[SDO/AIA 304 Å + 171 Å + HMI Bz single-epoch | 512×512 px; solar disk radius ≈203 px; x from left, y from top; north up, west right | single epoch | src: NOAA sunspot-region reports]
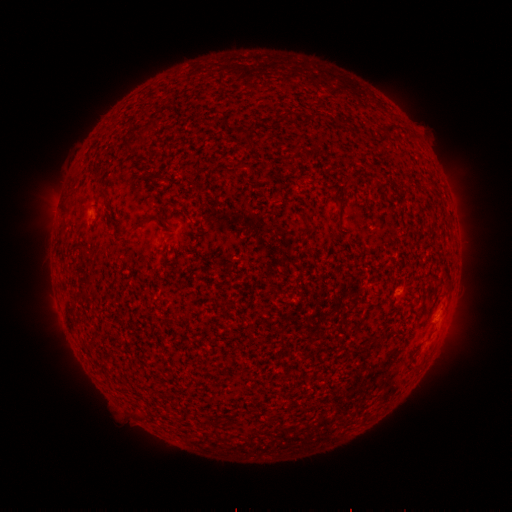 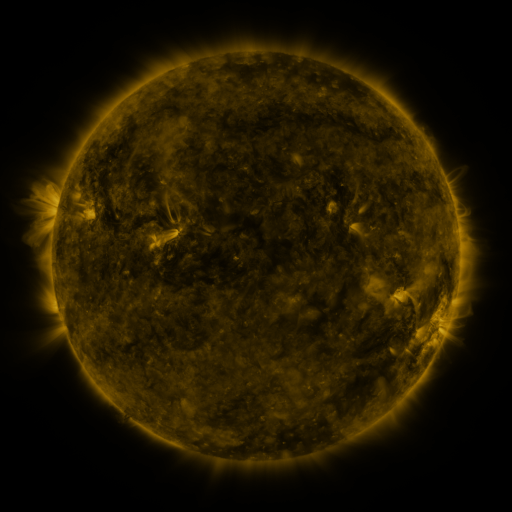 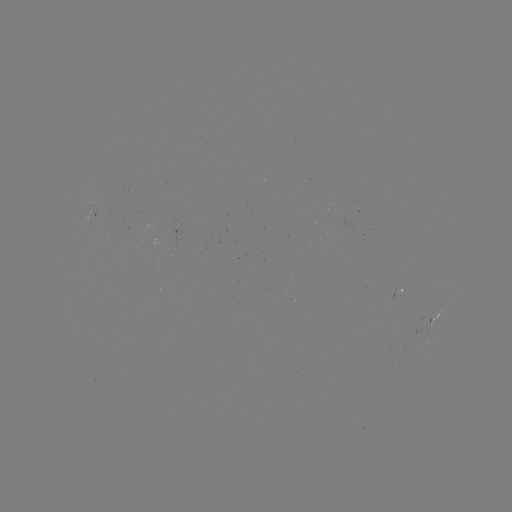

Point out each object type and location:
spotted active region: (436, 319)
